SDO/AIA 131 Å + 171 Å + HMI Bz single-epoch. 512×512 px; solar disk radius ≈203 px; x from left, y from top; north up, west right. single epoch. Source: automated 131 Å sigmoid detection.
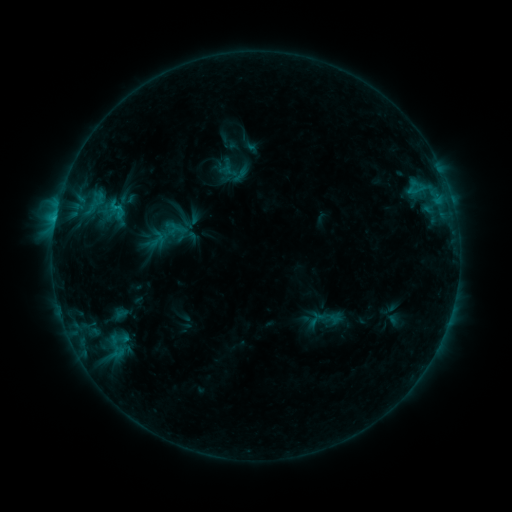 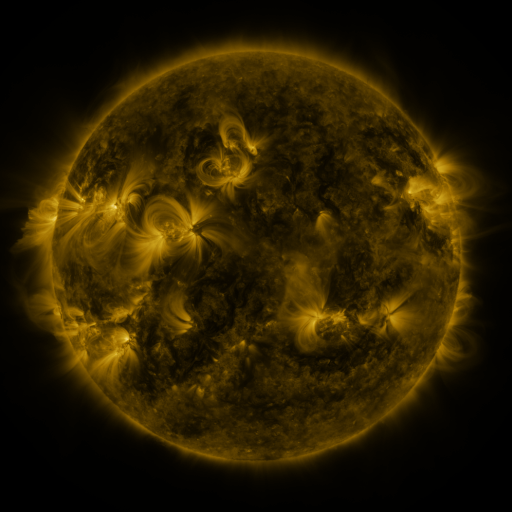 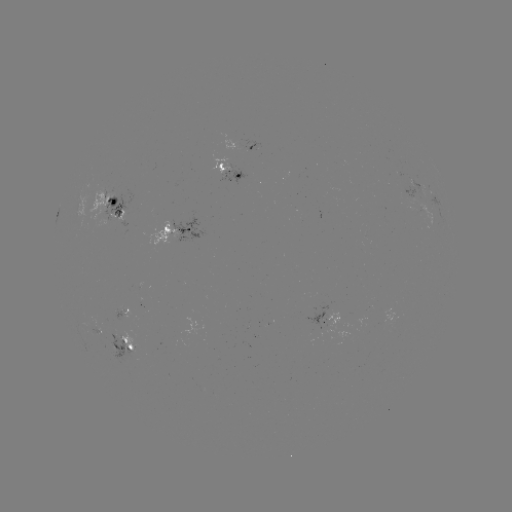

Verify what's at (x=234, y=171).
sigmoid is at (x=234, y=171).